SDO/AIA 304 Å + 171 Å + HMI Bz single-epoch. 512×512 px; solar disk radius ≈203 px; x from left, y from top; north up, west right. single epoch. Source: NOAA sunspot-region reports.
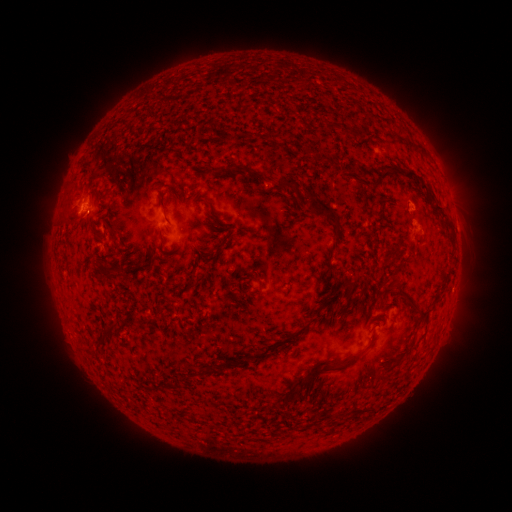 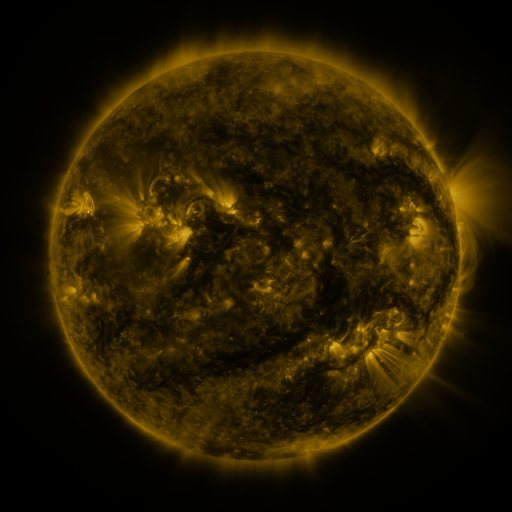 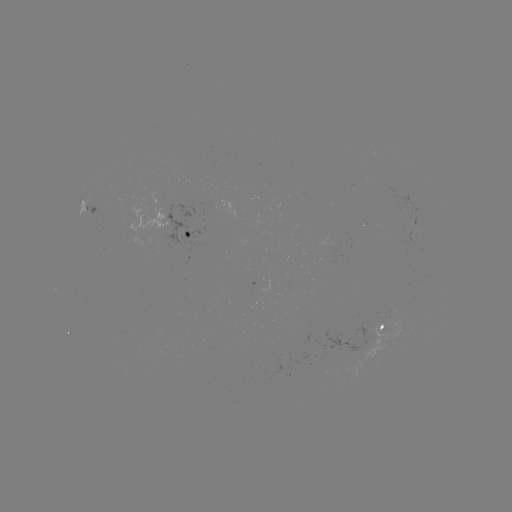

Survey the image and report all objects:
spotted active region: (85, 204)
spotted active region: (194, 232)
spotted active region: (417, 237)
spotted active region: (388, 329)
